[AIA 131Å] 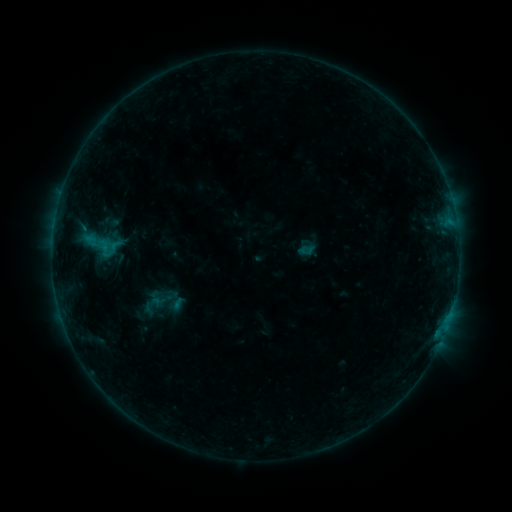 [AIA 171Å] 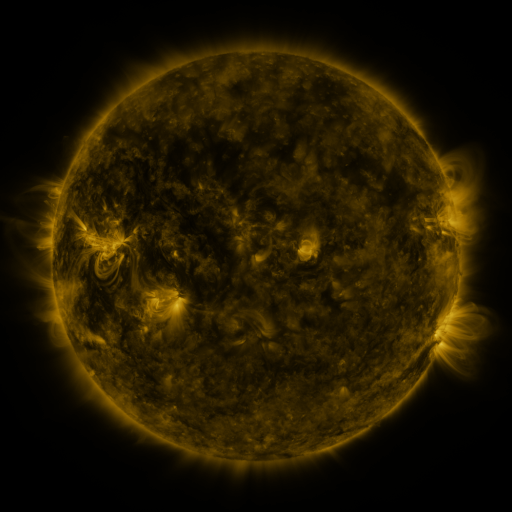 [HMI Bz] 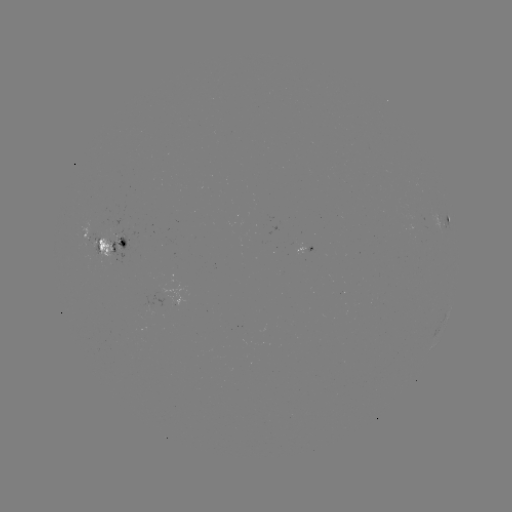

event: sigmoid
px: (93, 244)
